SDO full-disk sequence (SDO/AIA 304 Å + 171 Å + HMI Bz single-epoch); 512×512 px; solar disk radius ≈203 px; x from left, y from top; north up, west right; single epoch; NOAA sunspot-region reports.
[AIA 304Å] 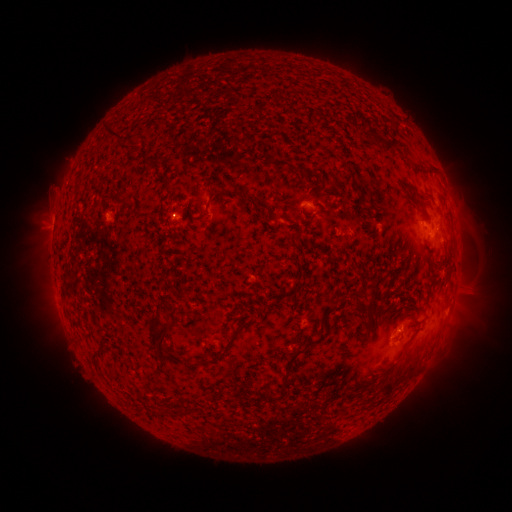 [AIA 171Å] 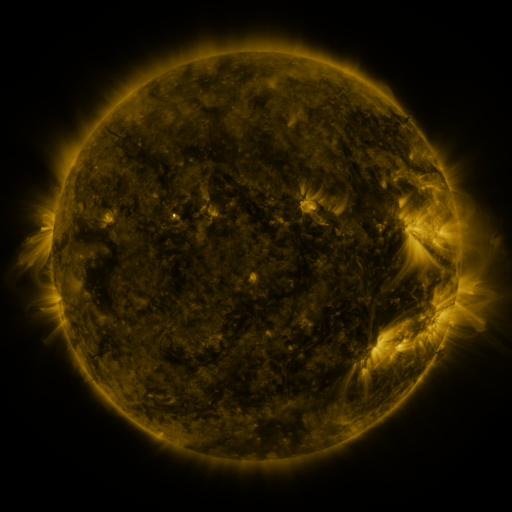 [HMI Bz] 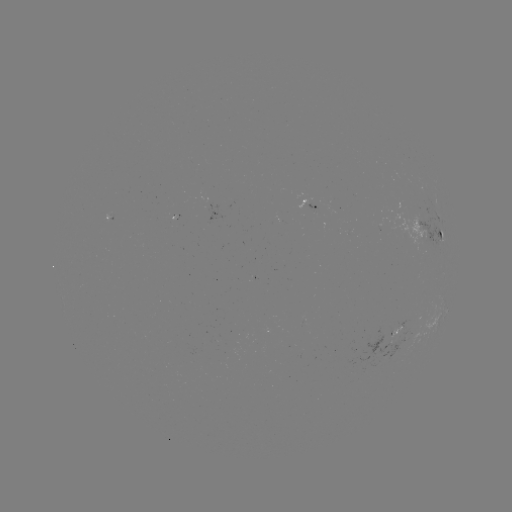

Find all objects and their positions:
spotted active region: (309, 205)
spotted active region: (218, 216)
spotted active region: (111, 218)
spotted active region: (432, 235)
spotted active region: (395, 339)
